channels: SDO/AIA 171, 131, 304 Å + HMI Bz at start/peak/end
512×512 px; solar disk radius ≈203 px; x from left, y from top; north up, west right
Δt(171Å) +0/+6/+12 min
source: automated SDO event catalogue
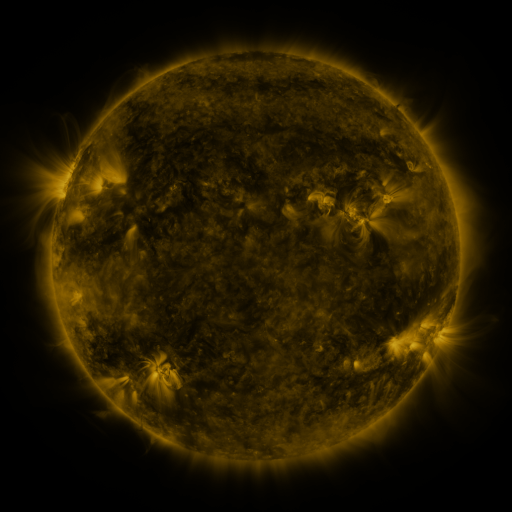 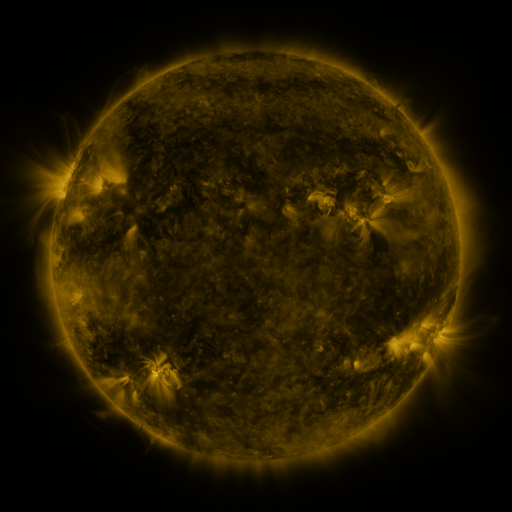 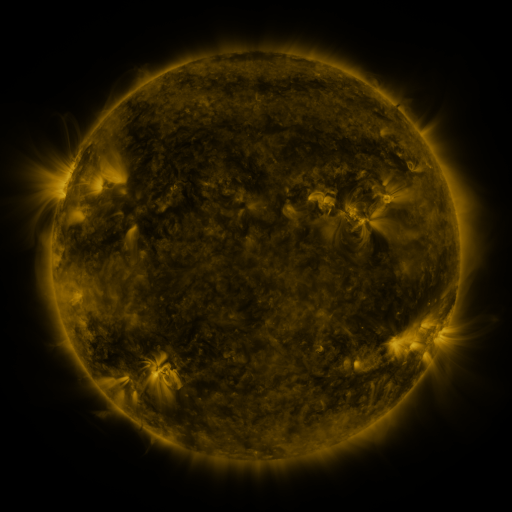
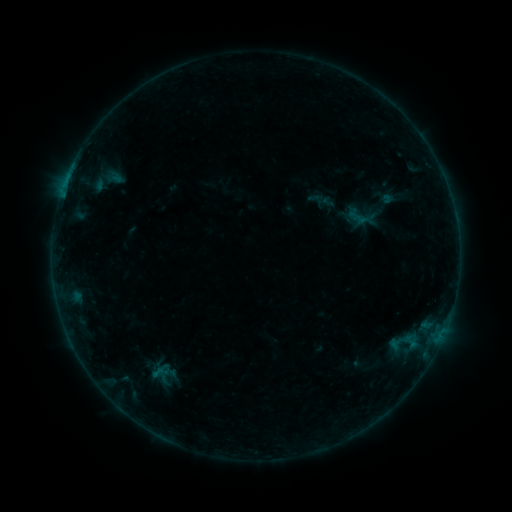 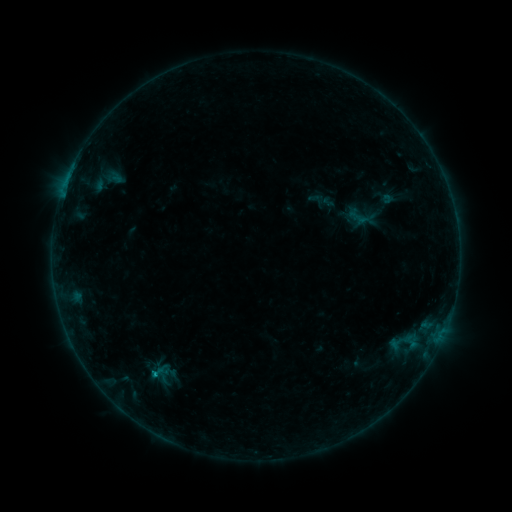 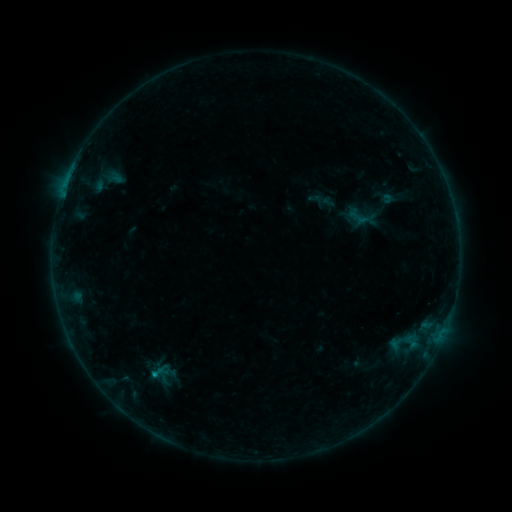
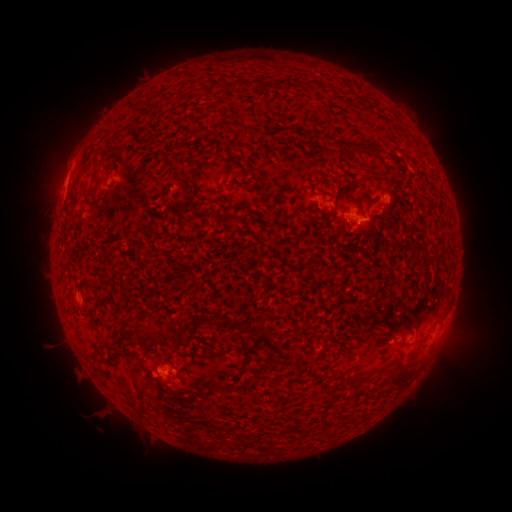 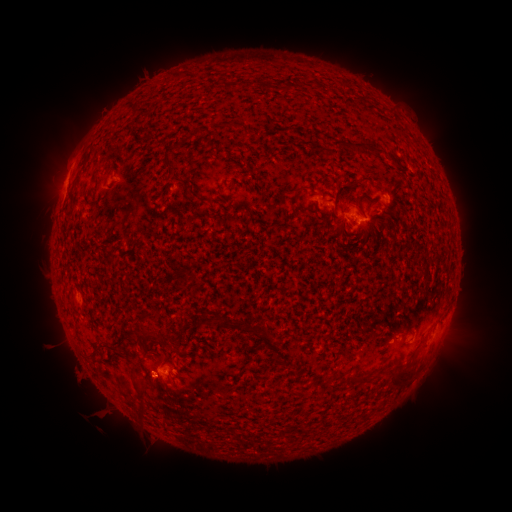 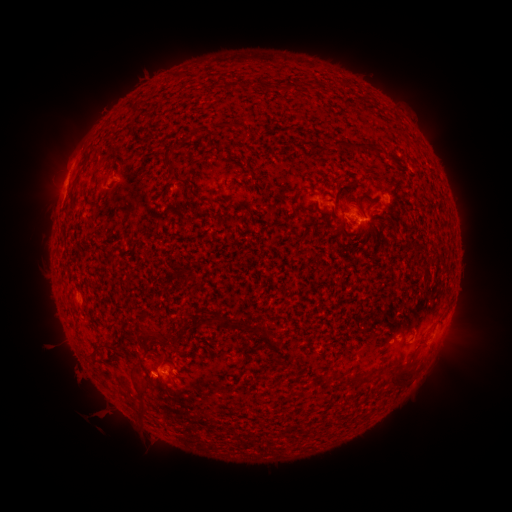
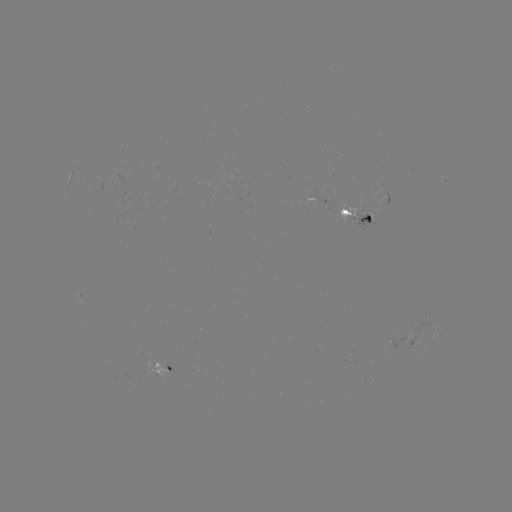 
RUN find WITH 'B4.5 flare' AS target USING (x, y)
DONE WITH (155, 373) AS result